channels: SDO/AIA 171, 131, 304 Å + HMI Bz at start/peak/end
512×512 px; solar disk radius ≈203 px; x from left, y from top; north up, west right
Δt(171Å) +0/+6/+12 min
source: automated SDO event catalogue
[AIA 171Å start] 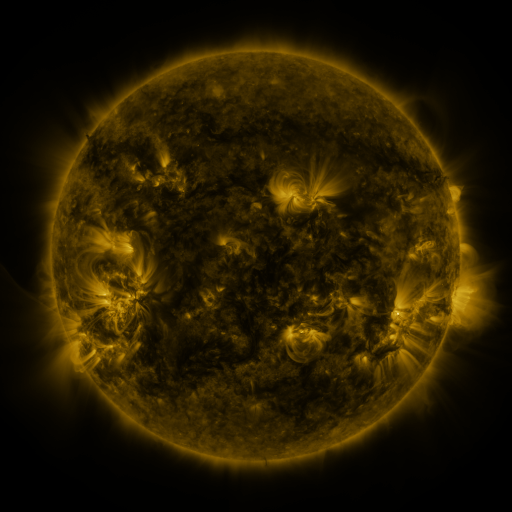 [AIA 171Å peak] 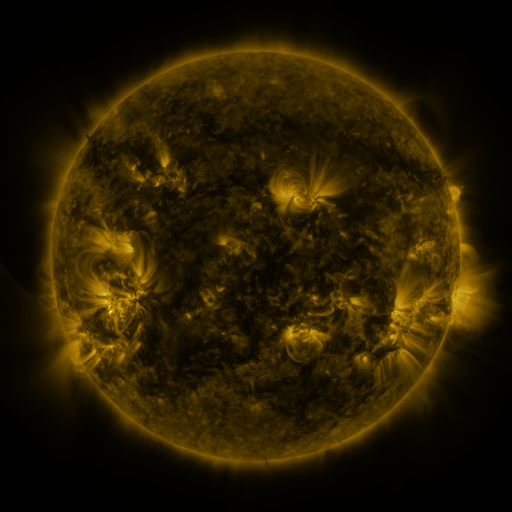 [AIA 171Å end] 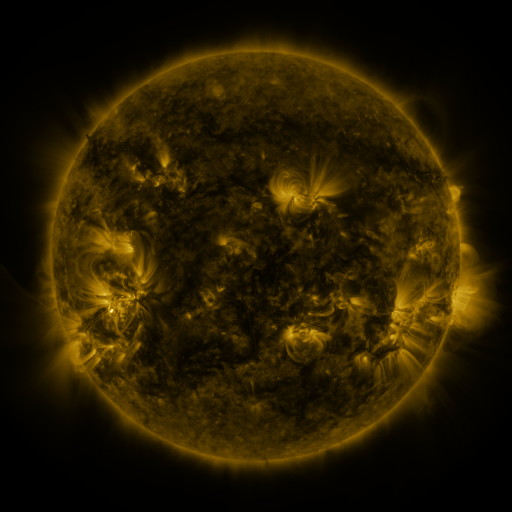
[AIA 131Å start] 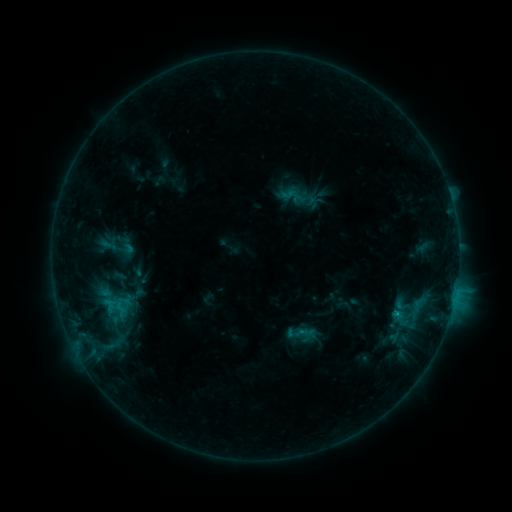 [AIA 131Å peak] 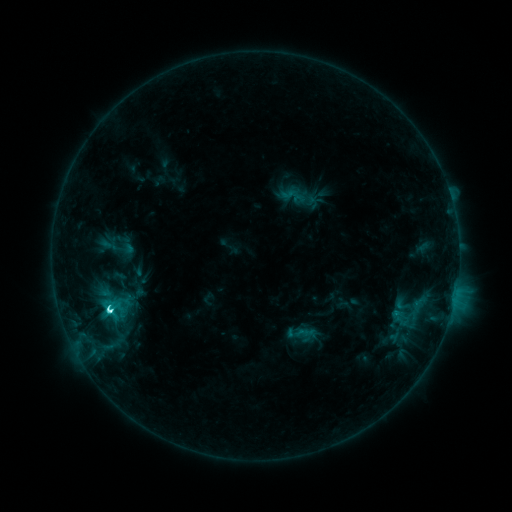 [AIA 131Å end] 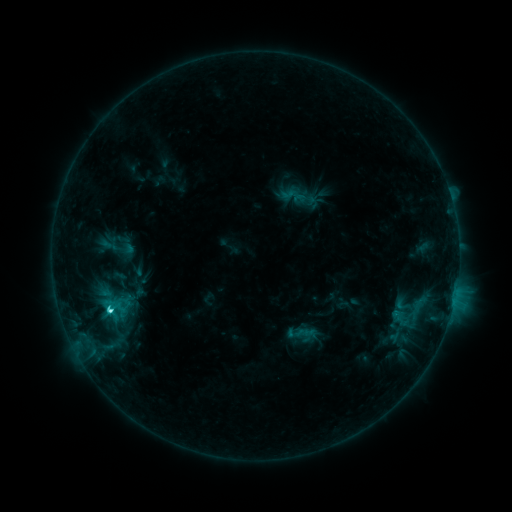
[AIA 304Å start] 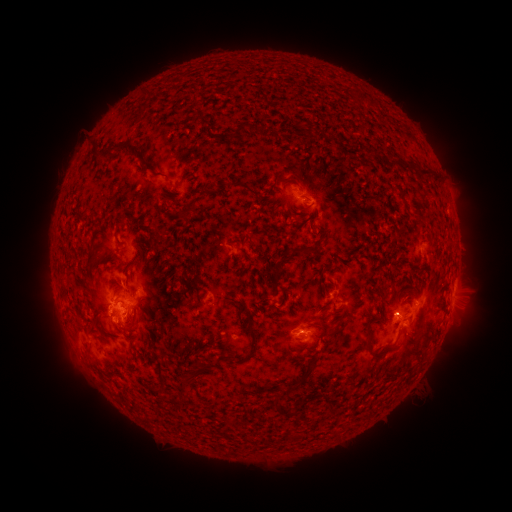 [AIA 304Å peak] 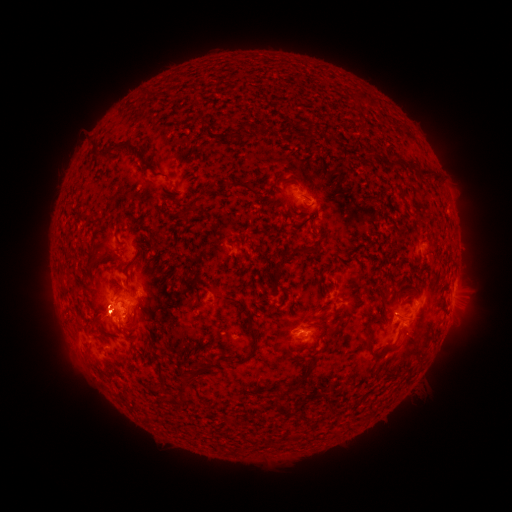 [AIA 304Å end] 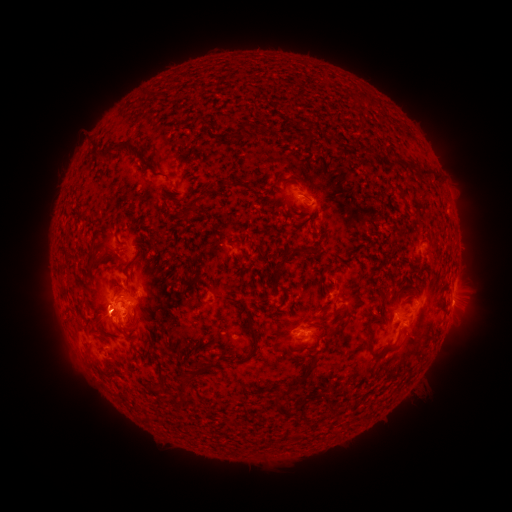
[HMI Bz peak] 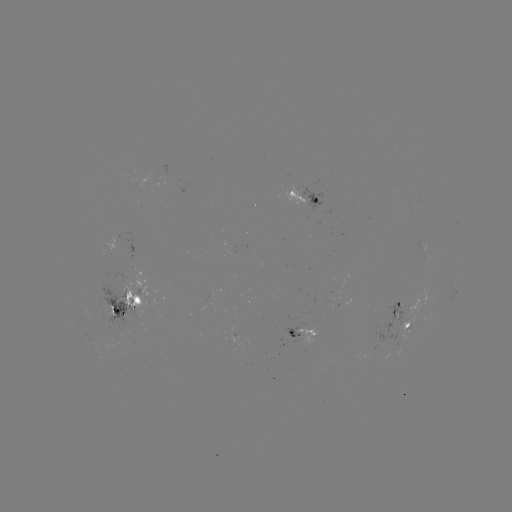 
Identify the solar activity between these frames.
M1.0 flare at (110, 307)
